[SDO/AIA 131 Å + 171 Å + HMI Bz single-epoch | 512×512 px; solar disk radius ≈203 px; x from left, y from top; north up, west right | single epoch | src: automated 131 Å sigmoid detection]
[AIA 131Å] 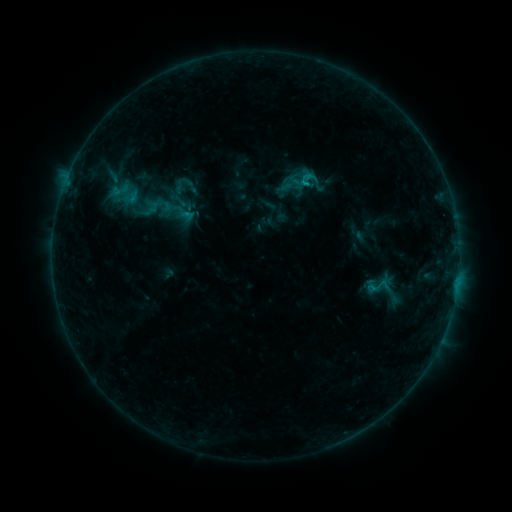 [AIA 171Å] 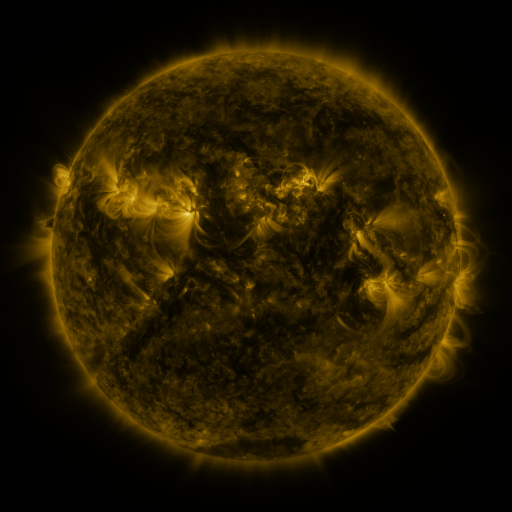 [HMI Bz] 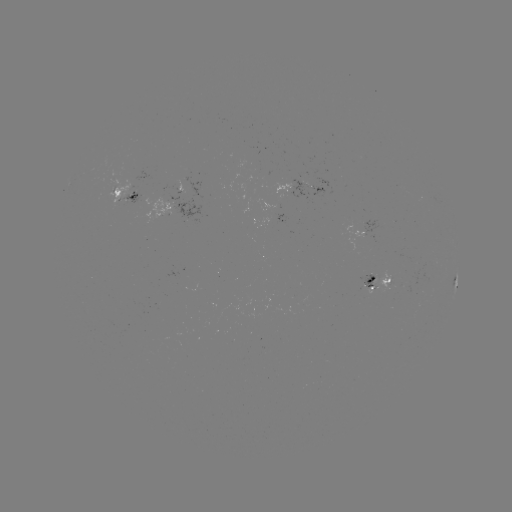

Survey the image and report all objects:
sigmoid: (120, 191)
sigmoid: (131, 197)
